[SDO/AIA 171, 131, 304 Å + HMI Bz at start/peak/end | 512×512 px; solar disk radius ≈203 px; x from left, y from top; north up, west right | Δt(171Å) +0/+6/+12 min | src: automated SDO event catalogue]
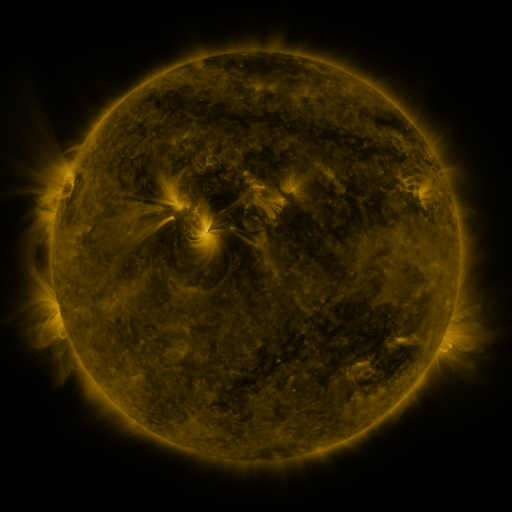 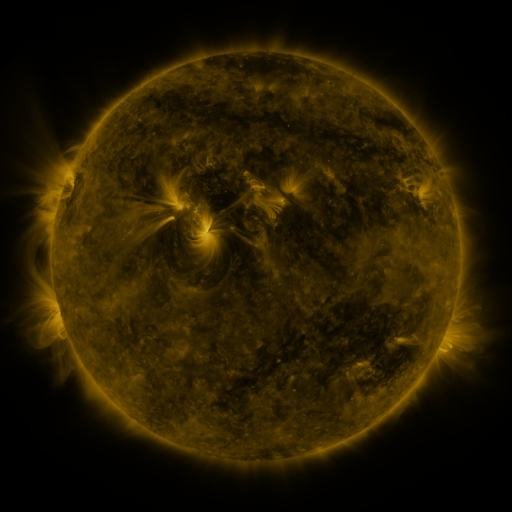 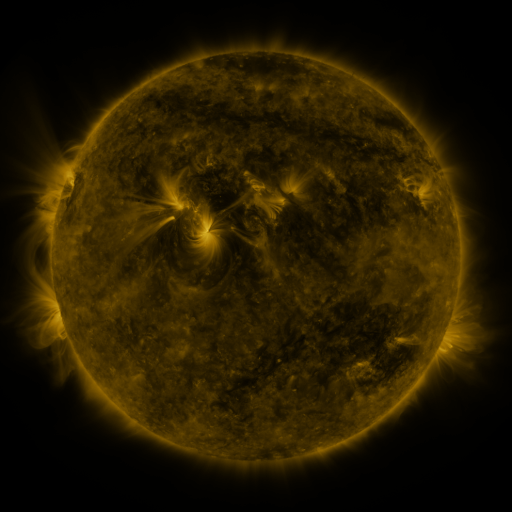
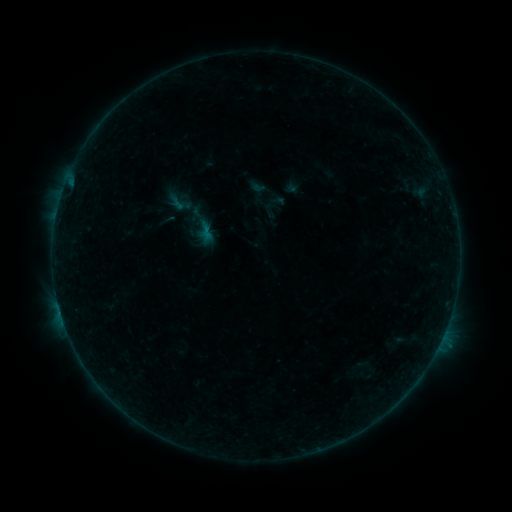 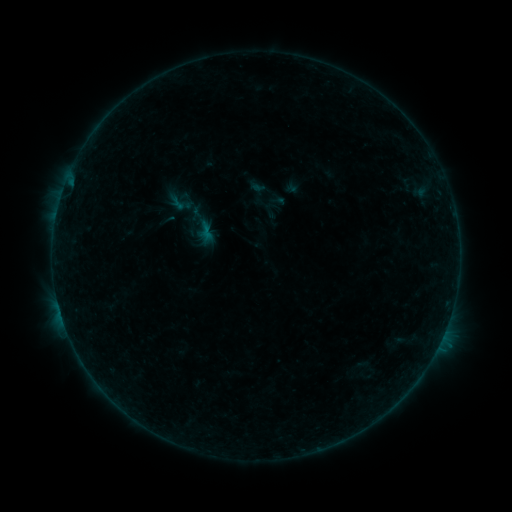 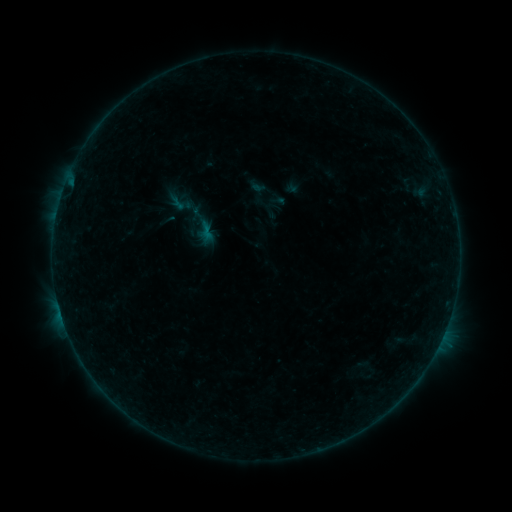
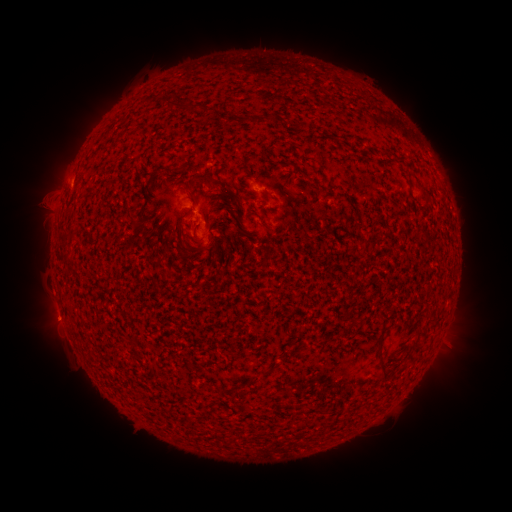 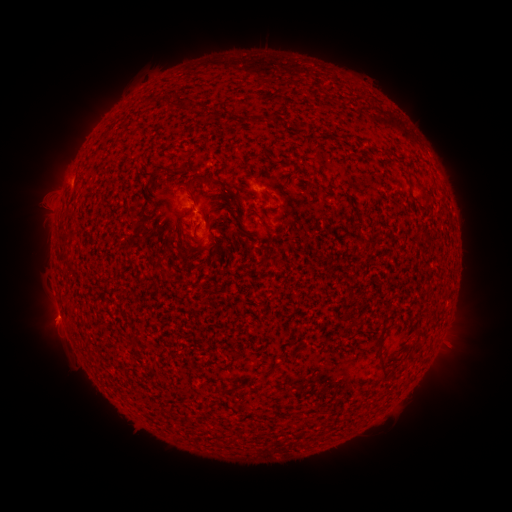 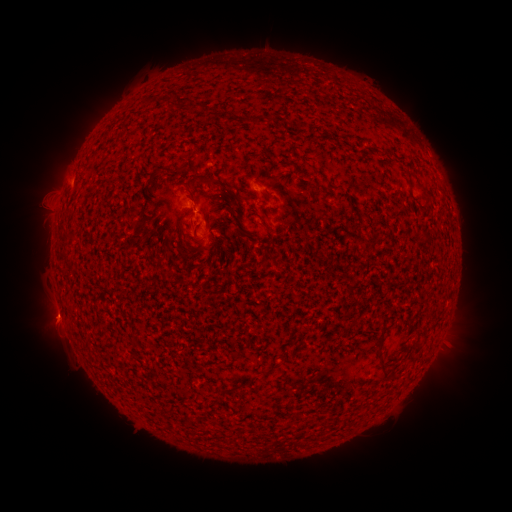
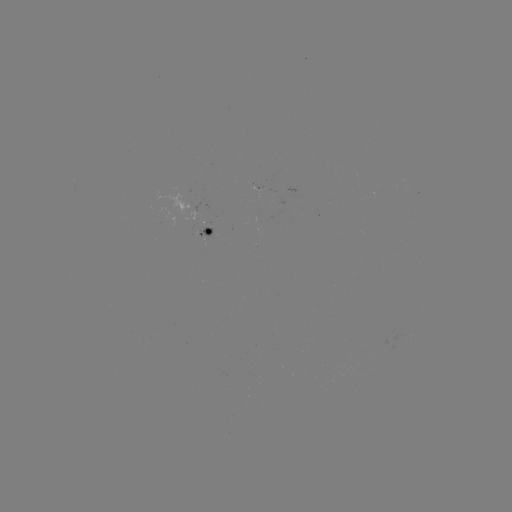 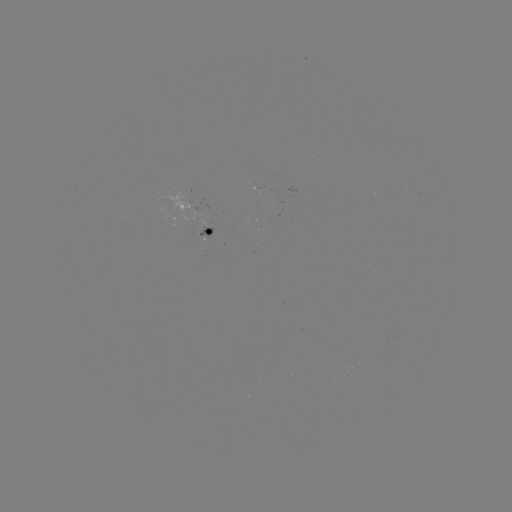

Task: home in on eruption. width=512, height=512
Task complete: (48, 318).